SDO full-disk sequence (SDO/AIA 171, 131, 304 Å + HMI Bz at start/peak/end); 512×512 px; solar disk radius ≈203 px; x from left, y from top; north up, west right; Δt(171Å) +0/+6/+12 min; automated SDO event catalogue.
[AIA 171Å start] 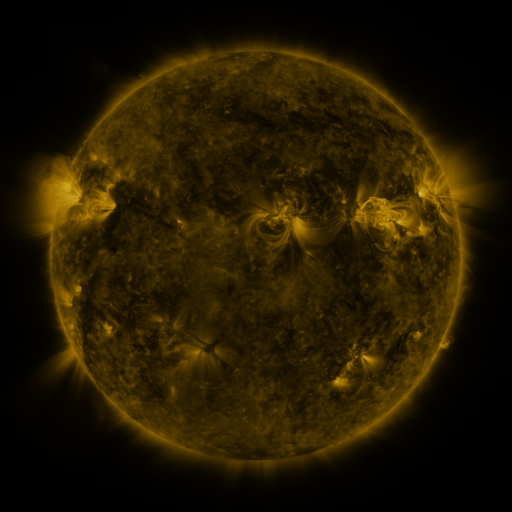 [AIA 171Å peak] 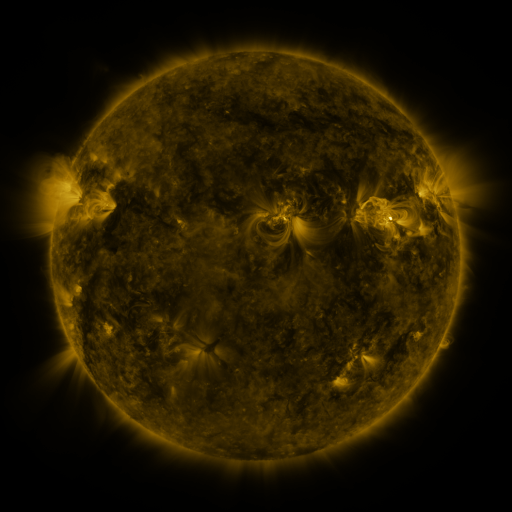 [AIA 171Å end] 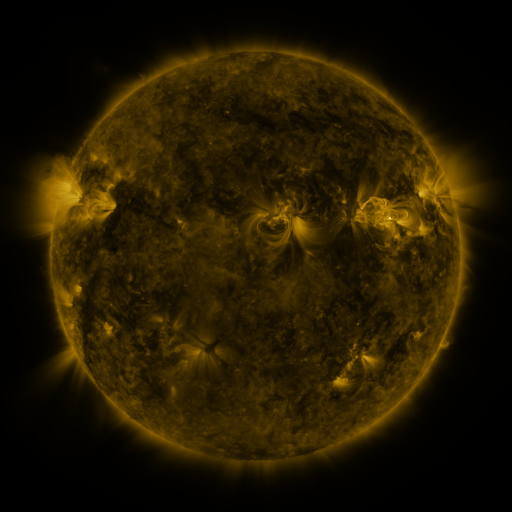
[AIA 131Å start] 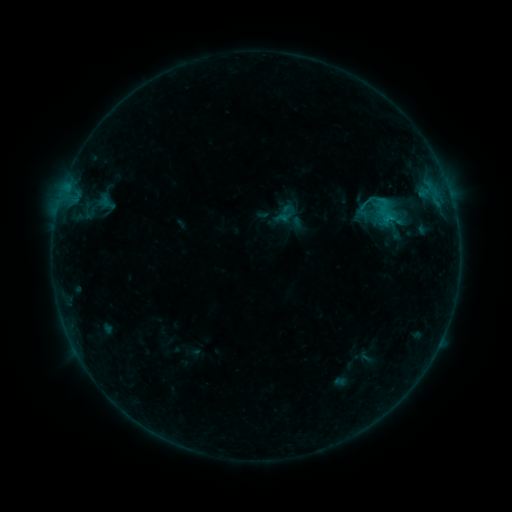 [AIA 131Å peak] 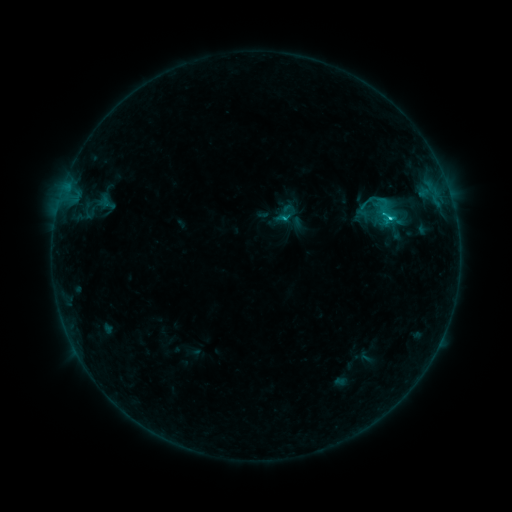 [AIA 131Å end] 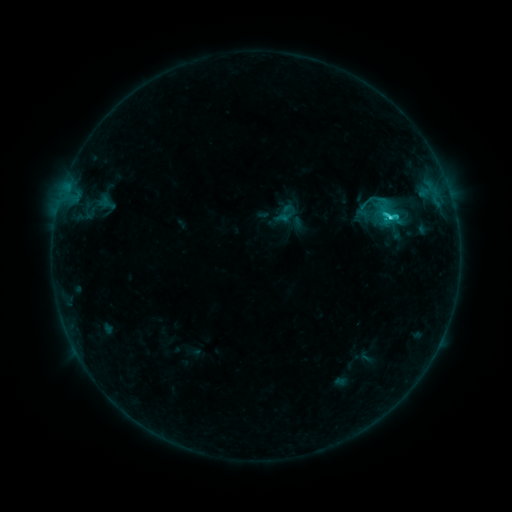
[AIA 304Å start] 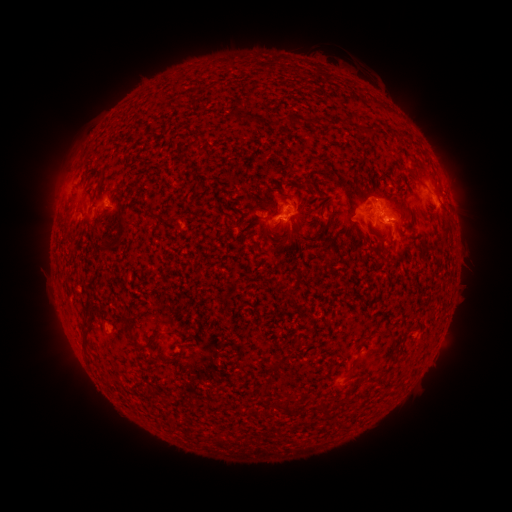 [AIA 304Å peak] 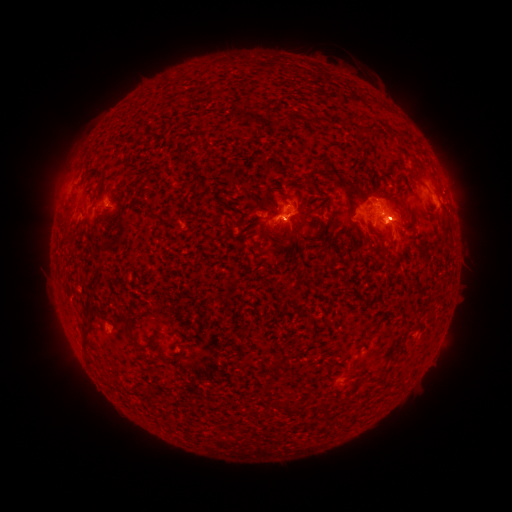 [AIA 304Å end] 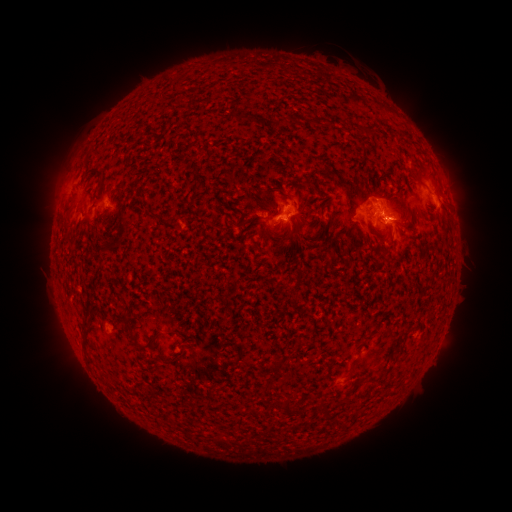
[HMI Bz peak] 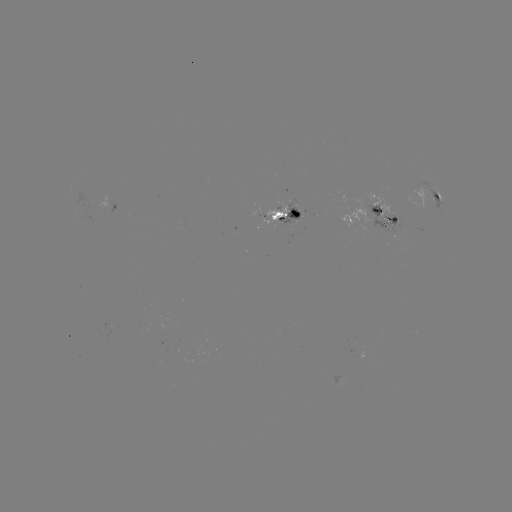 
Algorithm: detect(C3.5 flare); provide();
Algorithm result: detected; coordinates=(283, 220)